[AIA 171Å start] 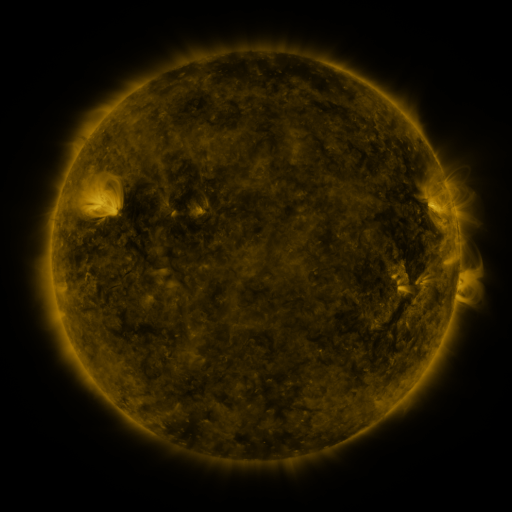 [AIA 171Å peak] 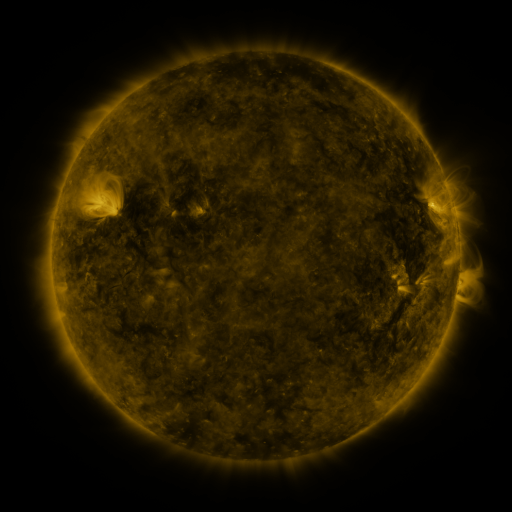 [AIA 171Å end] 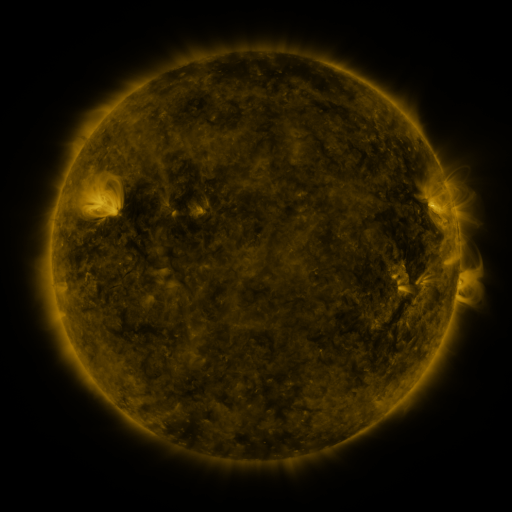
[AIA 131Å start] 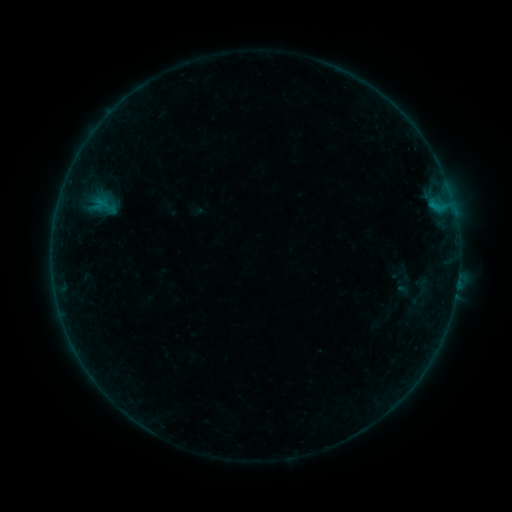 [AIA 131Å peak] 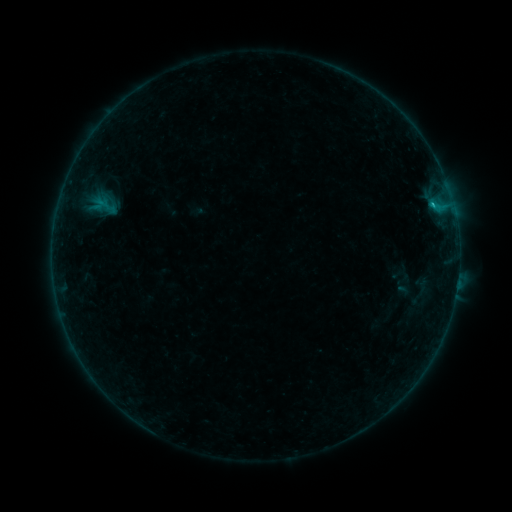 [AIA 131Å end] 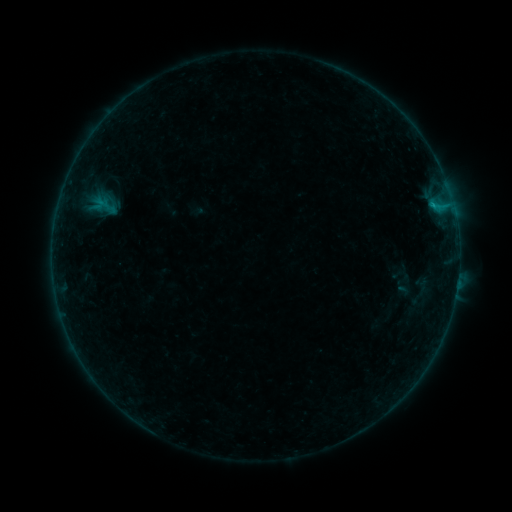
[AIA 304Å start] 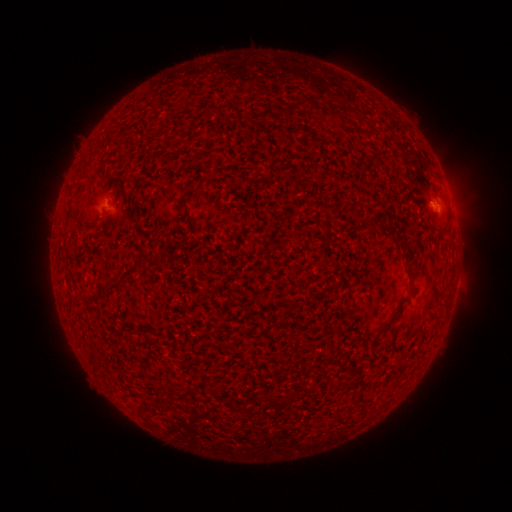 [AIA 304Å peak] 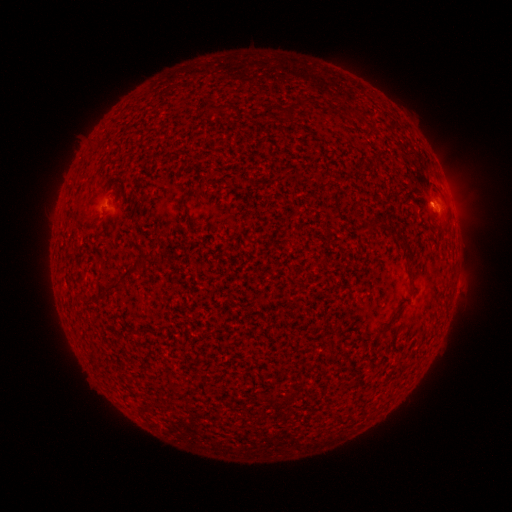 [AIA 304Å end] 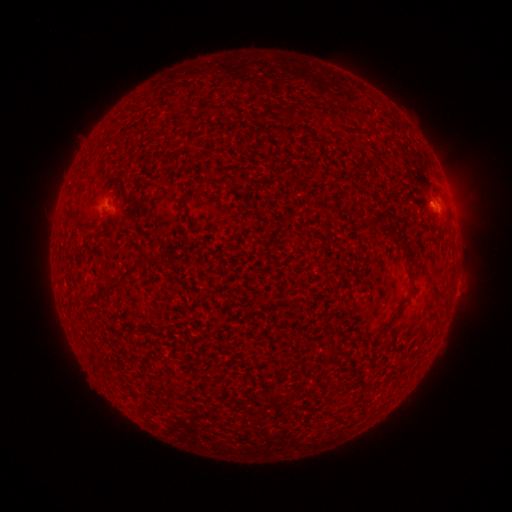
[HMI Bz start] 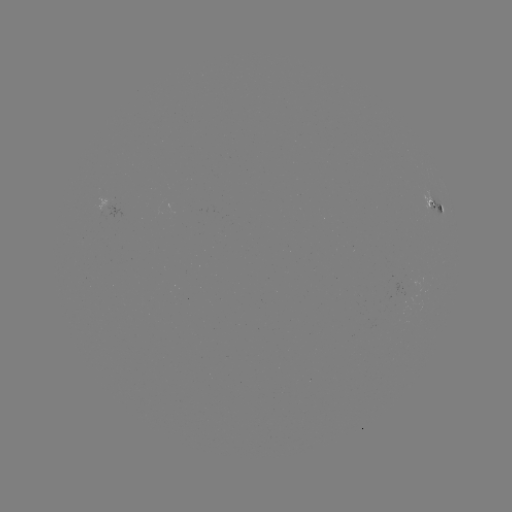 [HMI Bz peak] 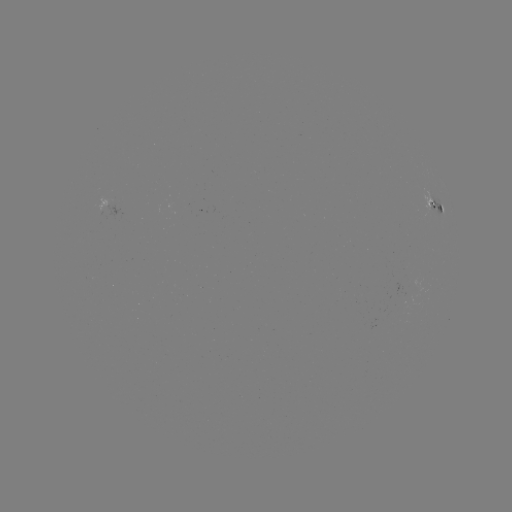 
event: flare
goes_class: B4.0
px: (431, 205)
